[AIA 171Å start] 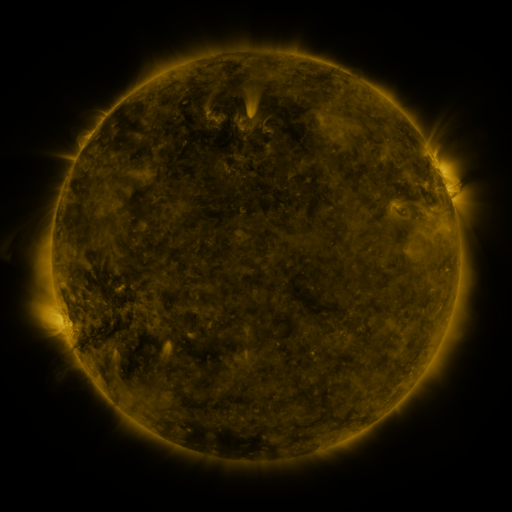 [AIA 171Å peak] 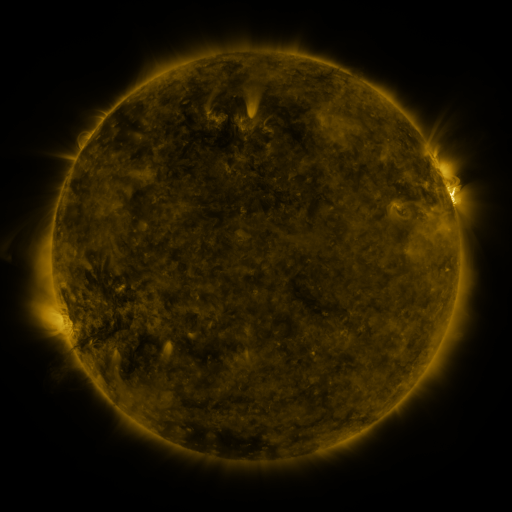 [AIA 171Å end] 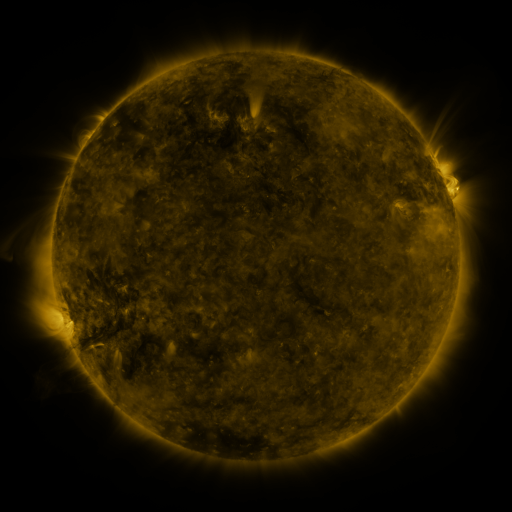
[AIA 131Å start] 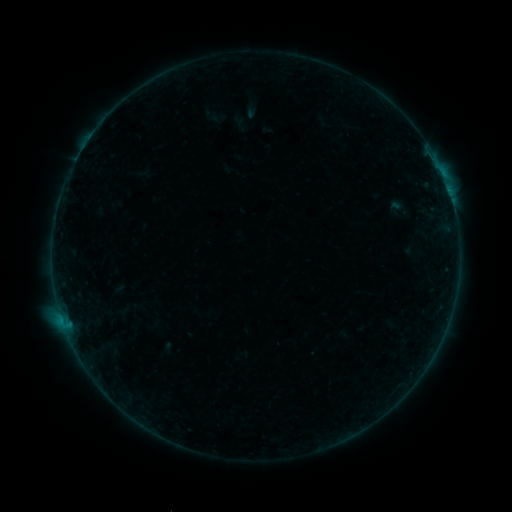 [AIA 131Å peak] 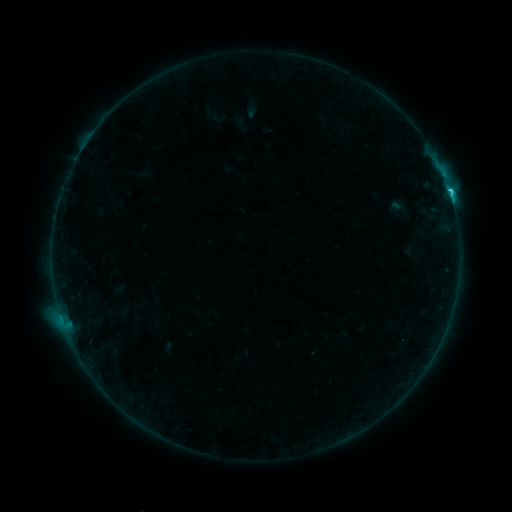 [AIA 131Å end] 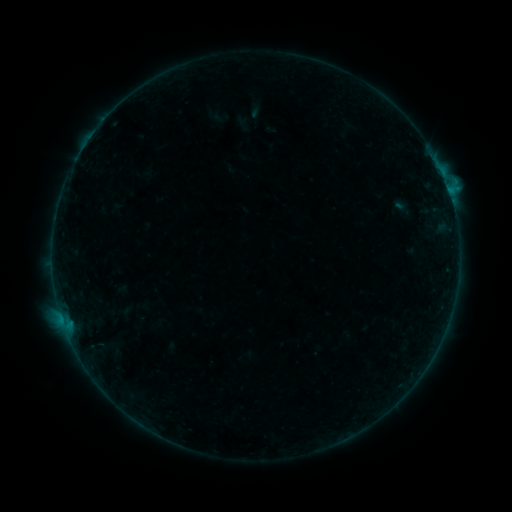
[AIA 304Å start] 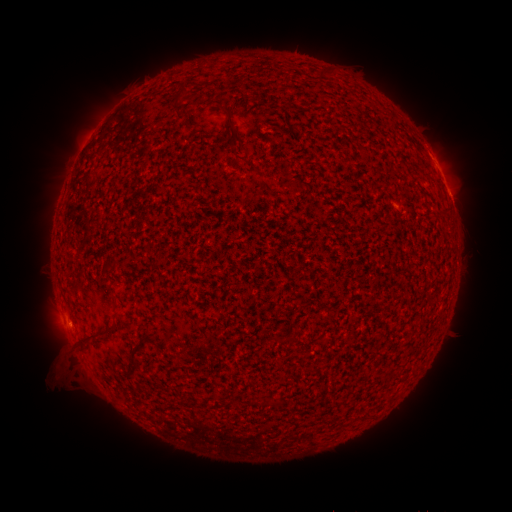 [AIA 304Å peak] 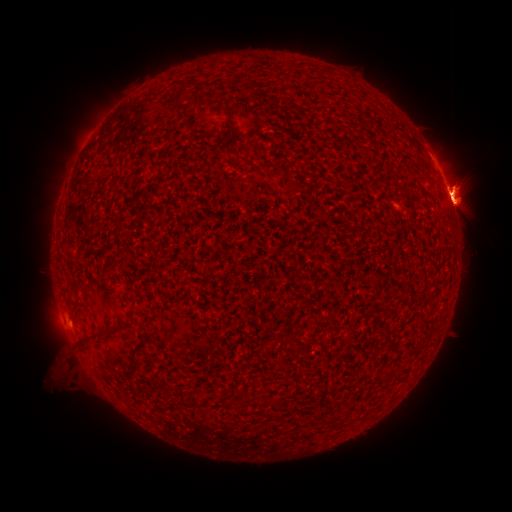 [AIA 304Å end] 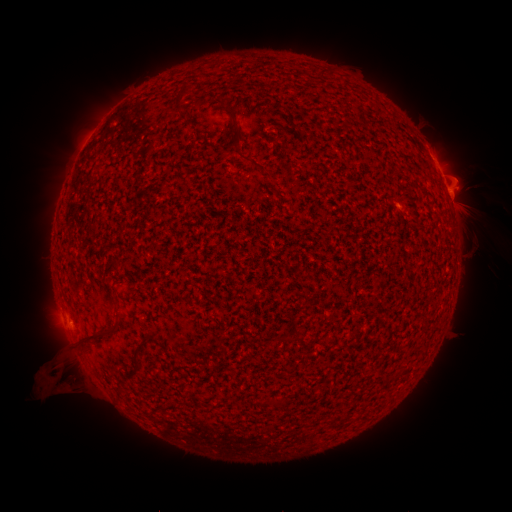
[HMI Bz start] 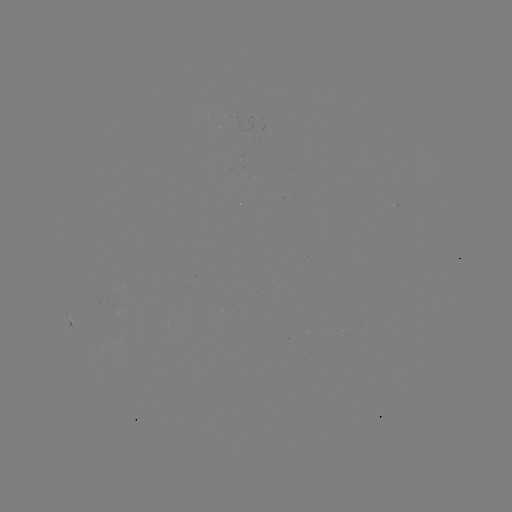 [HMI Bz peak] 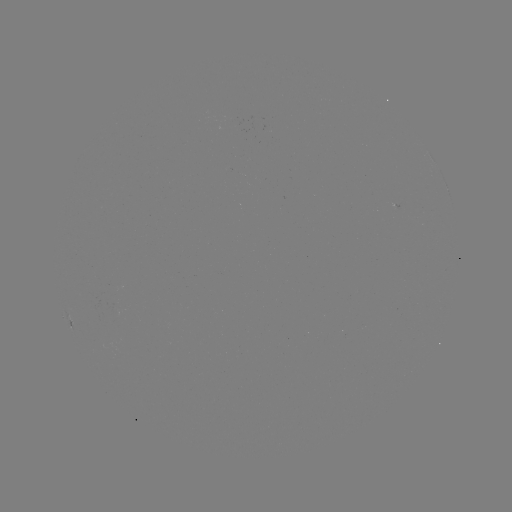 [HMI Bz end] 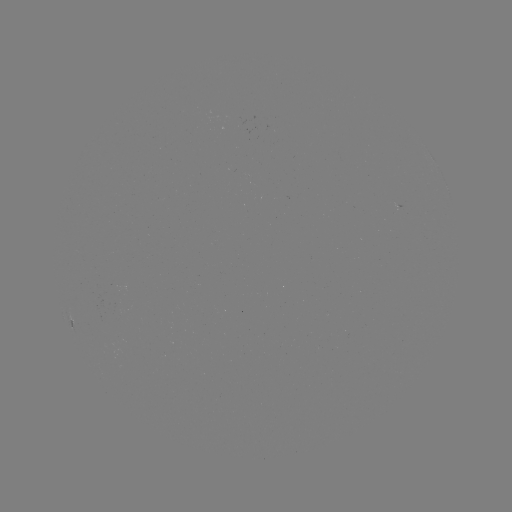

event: flare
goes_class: M1.3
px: (451, 199)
